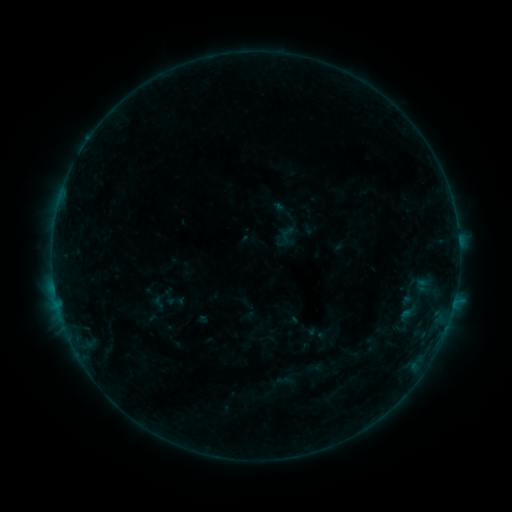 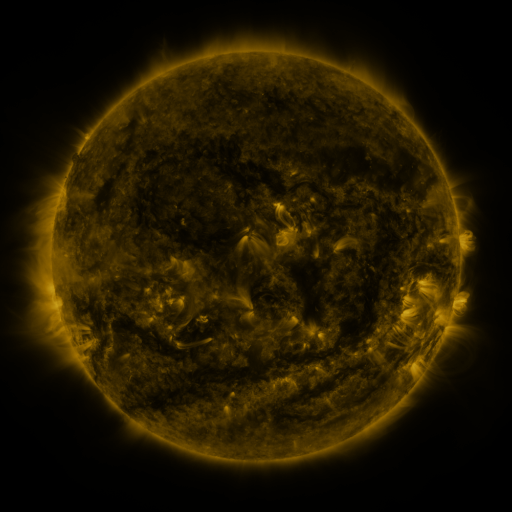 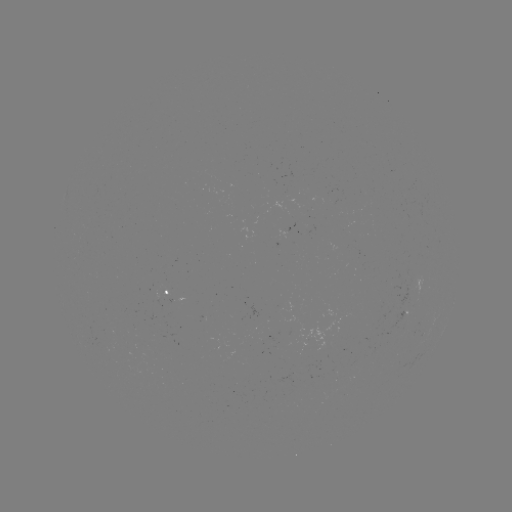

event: sigmoid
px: (285, 236)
